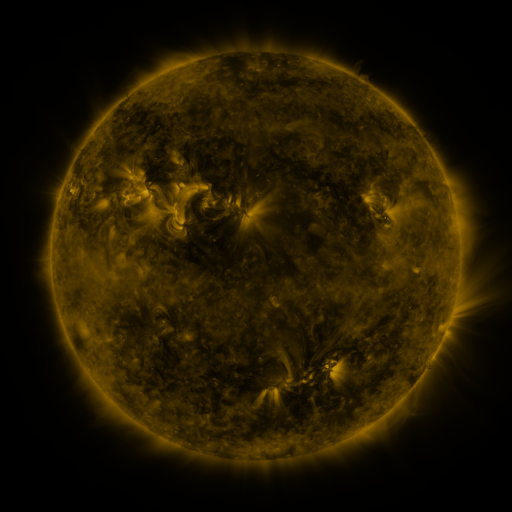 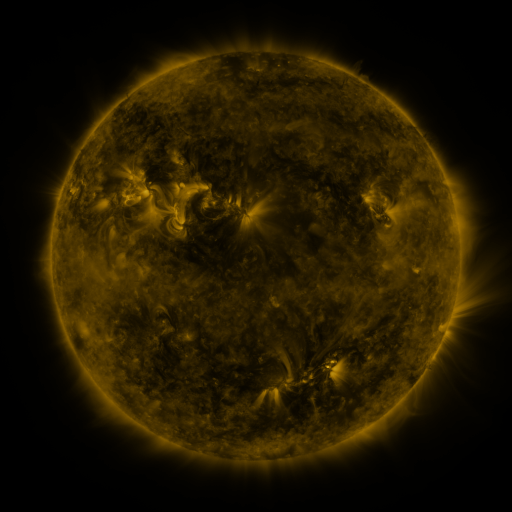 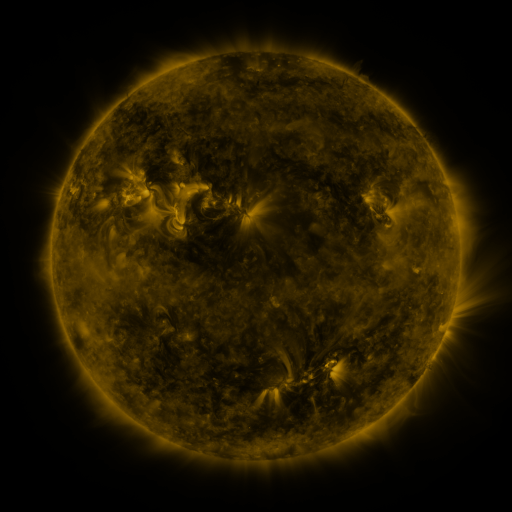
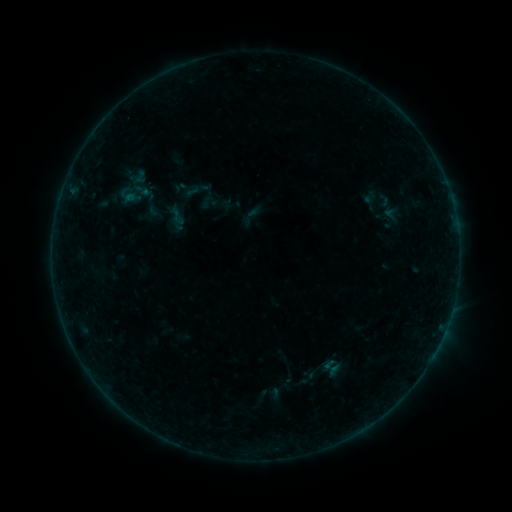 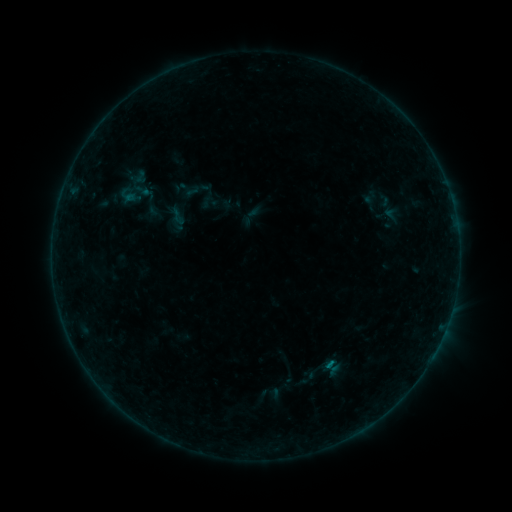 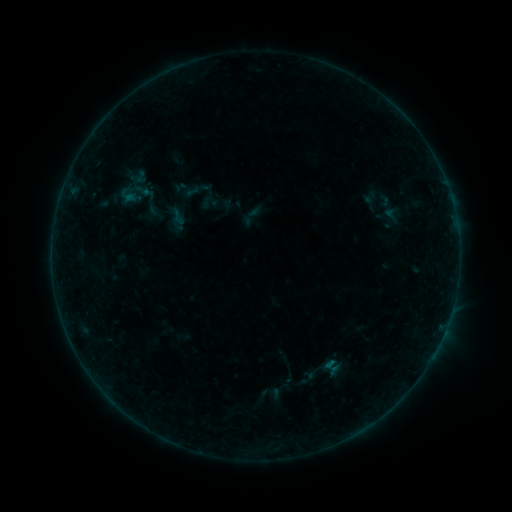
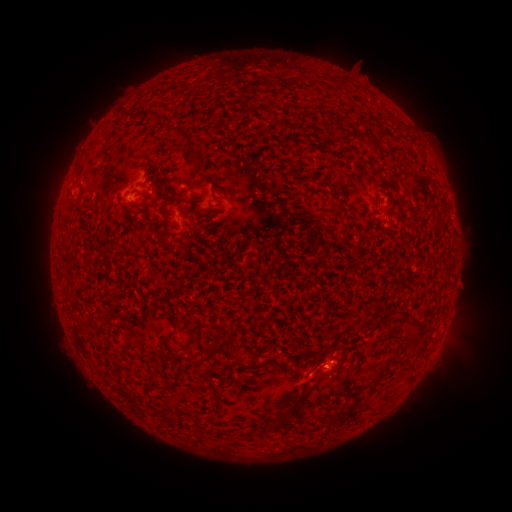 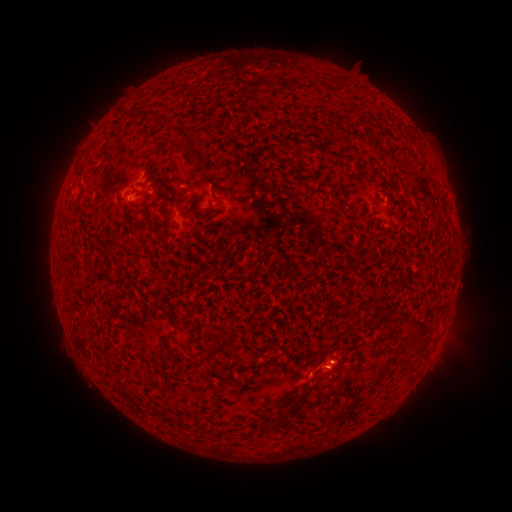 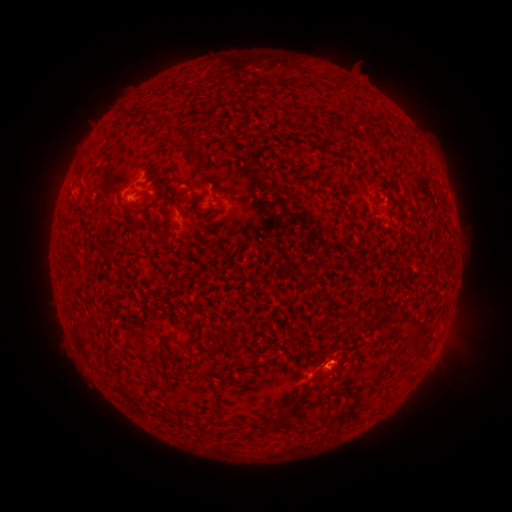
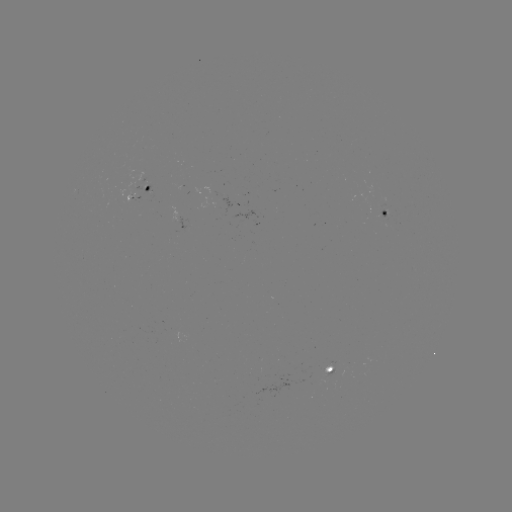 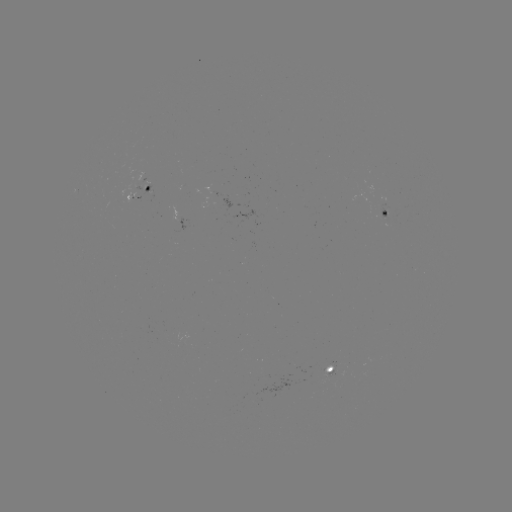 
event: flare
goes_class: B1.8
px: (329, 363)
